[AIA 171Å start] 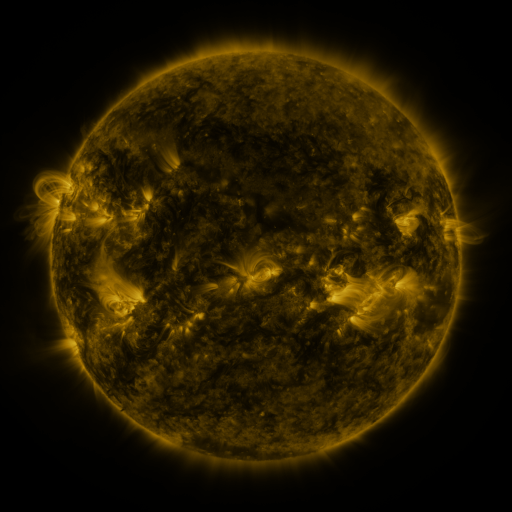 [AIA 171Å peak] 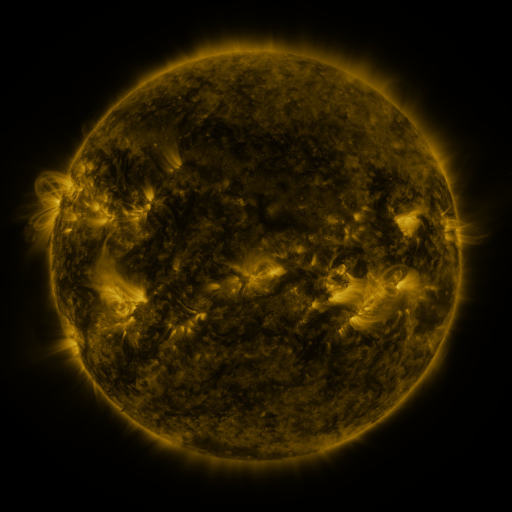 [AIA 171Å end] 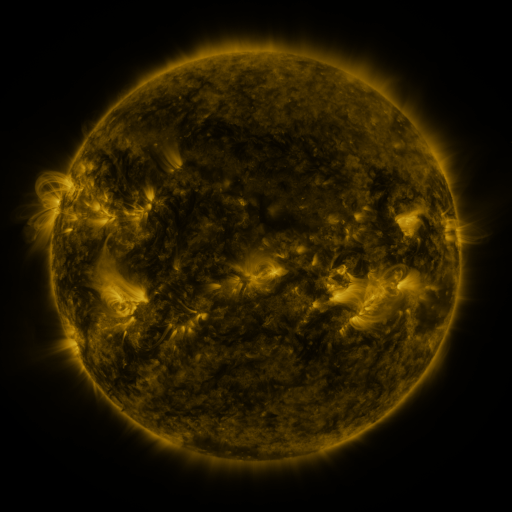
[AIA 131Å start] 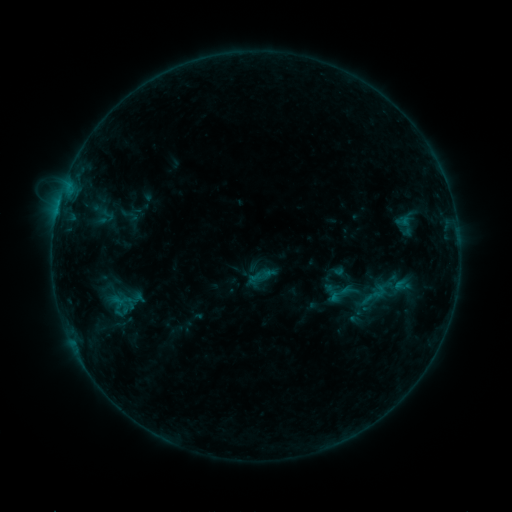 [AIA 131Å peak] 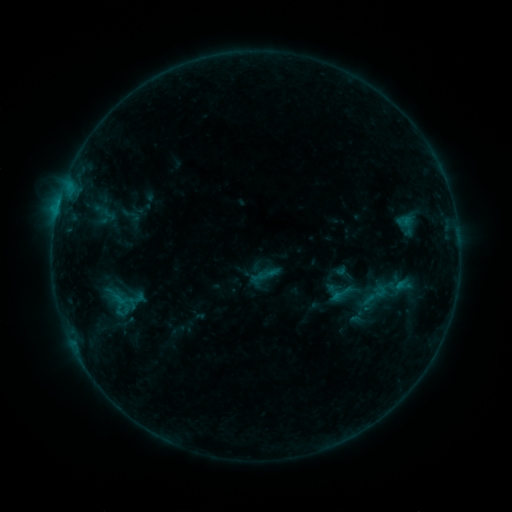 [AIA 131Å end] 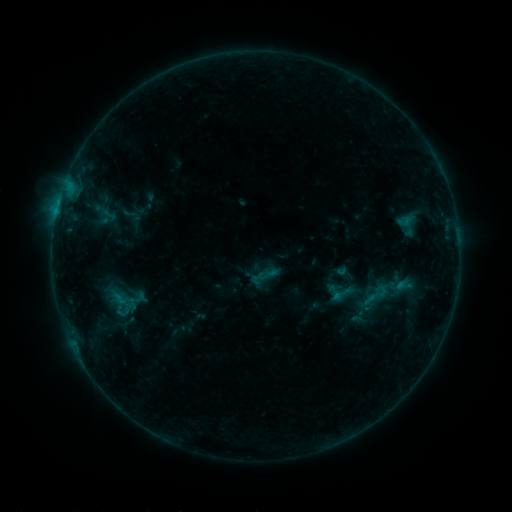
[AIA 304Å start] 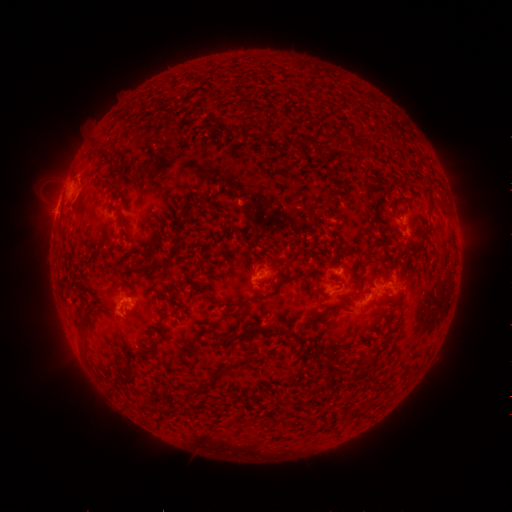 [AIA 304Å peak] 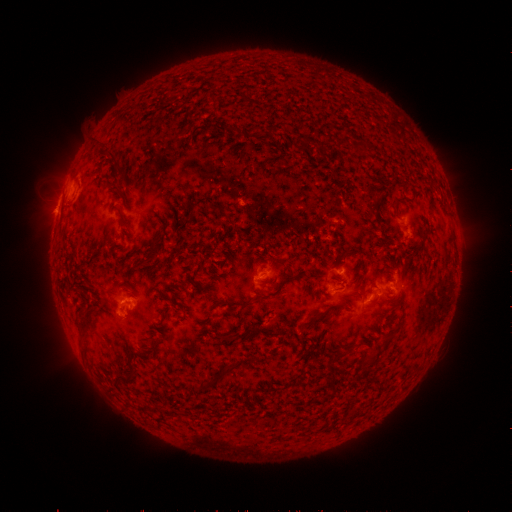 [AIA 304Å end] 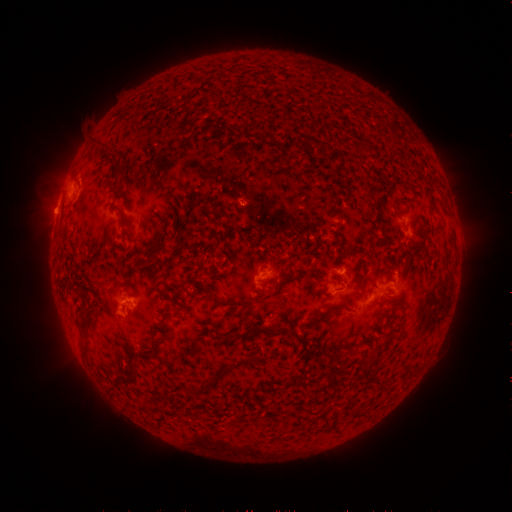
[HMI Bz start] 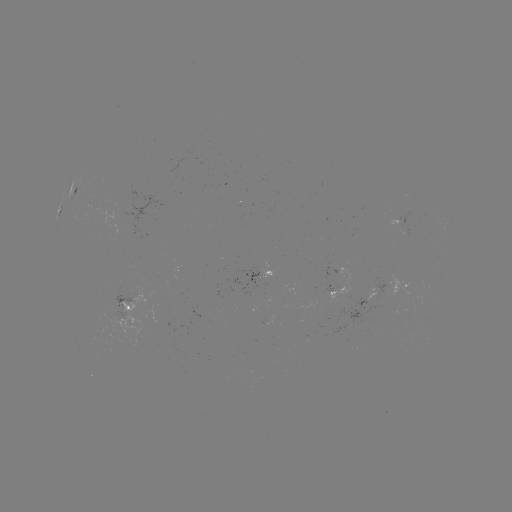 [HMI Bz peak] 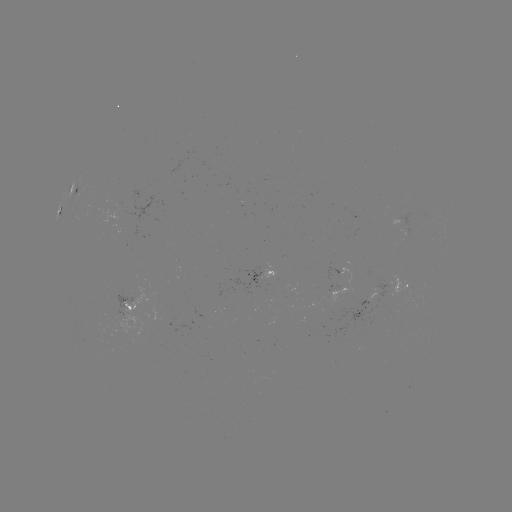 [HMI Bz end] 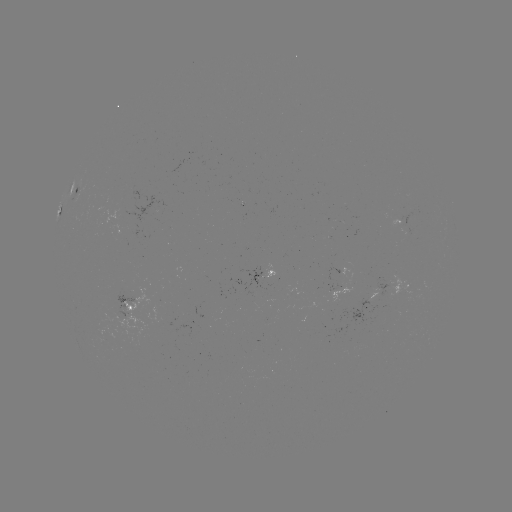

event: emerging-flux region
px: (405, 225)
